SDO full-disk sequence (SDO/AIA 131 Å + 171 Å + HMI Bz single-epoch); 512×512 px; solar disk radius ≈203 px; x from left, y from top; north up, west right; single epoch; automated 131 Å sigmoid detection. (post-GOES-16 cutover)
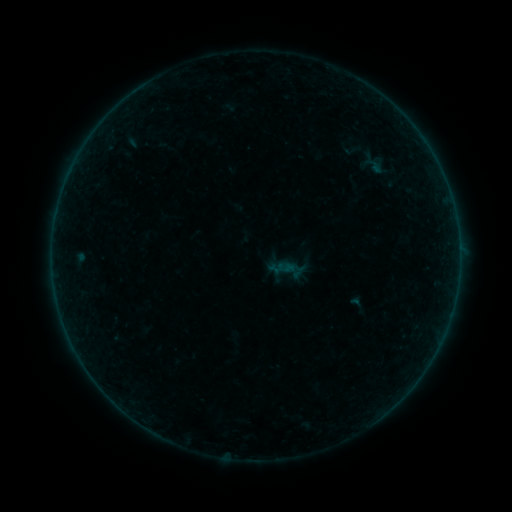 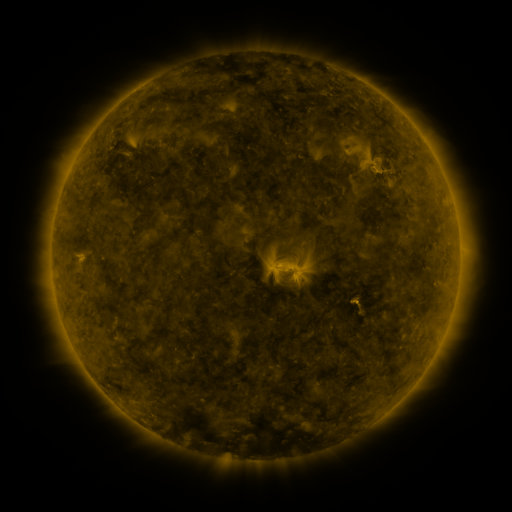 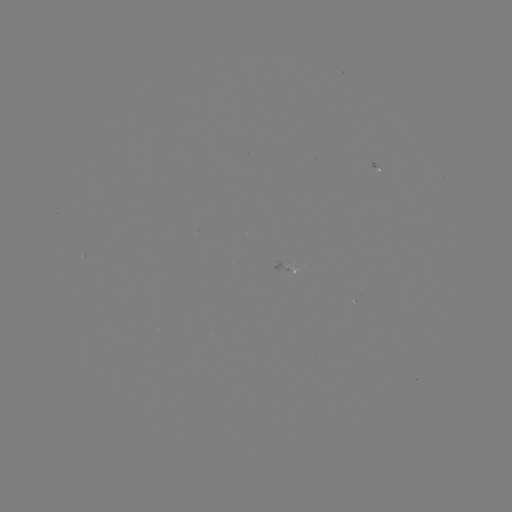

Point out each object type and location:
sigmoid: (346, 292, 368, 315)
